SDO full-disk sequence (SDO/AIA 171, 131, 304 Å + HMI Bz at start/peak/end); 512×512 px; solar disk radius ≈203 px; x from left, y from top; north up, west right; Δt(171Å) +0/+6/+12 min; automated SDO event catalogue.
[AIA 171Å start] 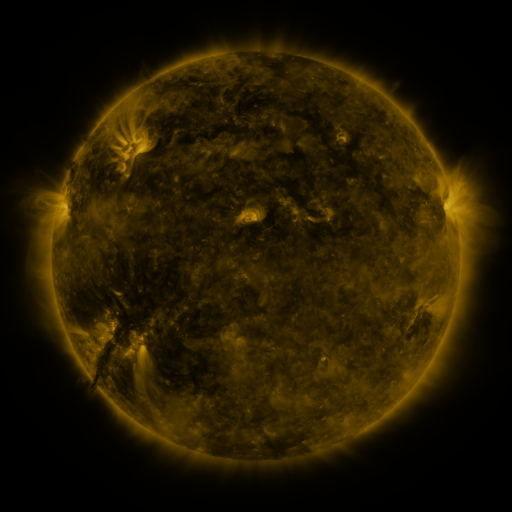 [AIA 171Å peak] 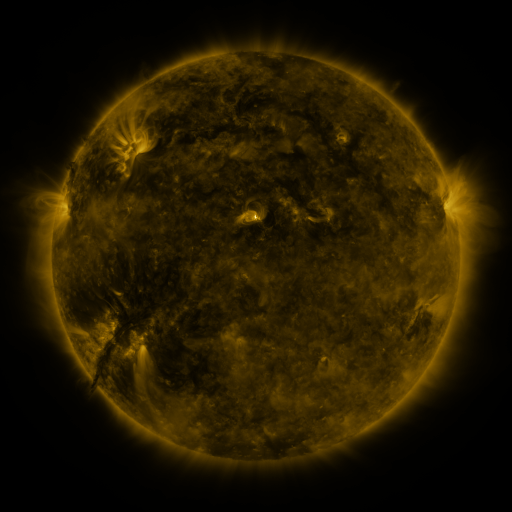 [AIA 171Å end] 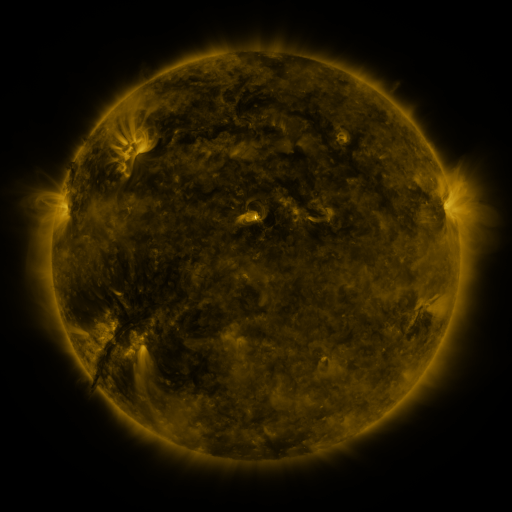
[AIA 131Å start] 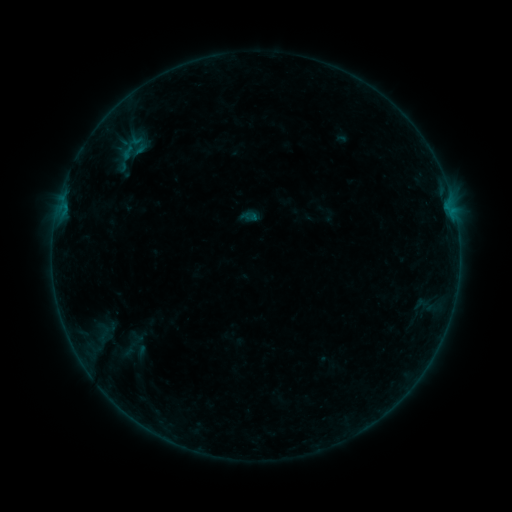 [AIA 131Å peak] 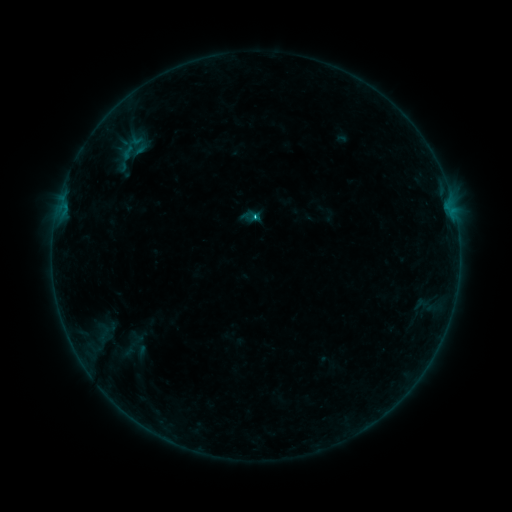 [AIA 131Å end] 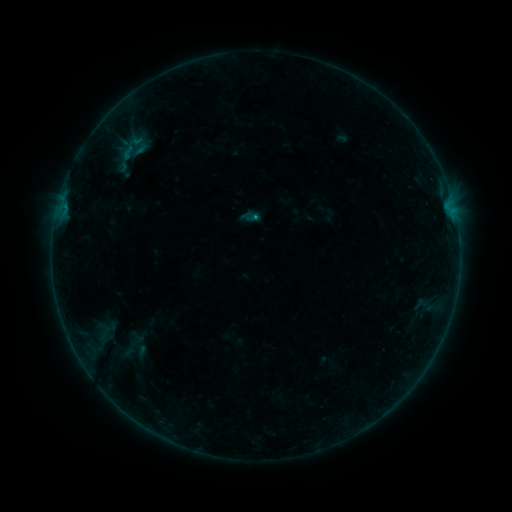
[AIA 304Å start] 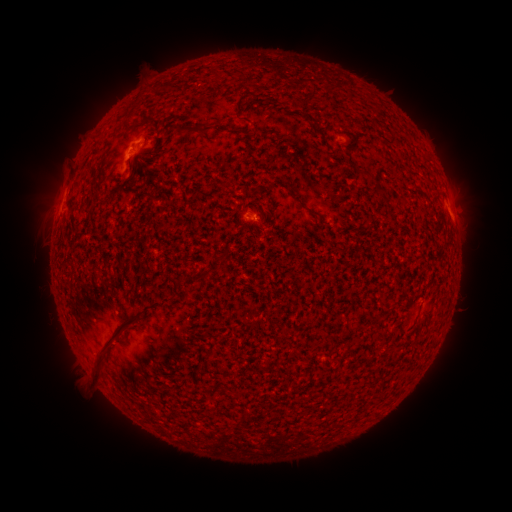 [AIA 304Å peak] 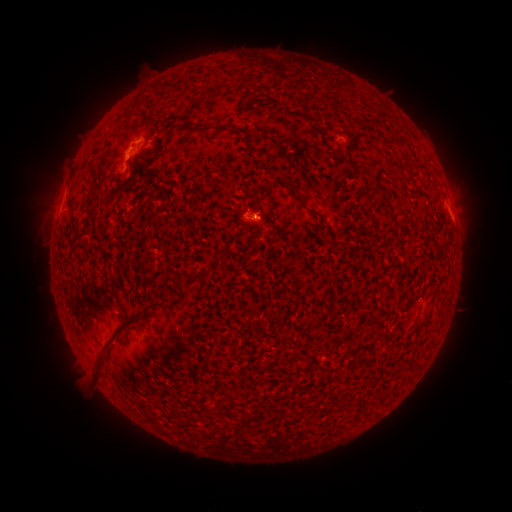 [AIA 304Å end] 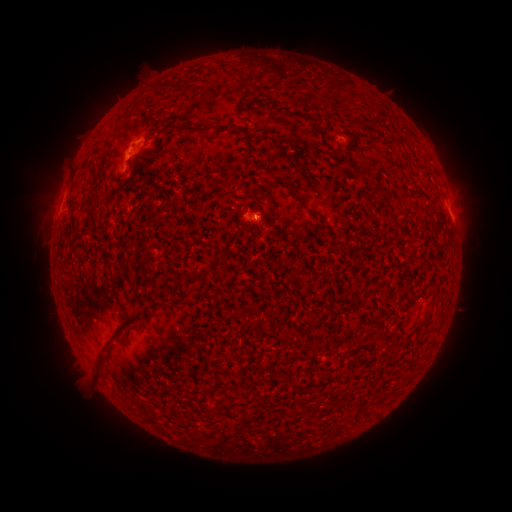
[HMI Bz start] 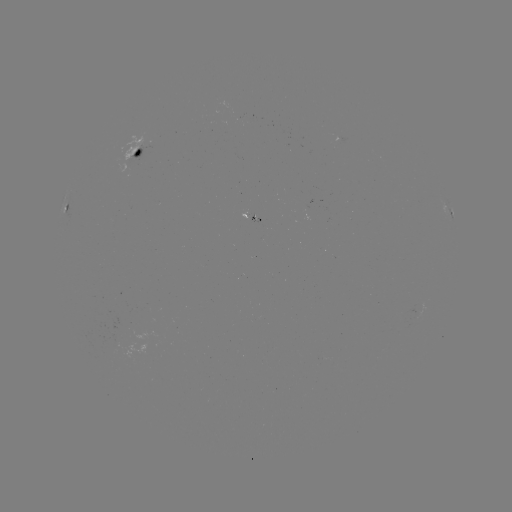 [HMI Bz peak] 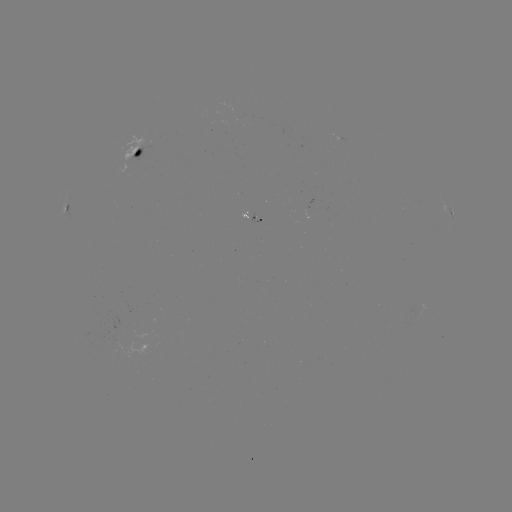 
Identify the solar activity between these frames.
B5.6 flare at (256, 218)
